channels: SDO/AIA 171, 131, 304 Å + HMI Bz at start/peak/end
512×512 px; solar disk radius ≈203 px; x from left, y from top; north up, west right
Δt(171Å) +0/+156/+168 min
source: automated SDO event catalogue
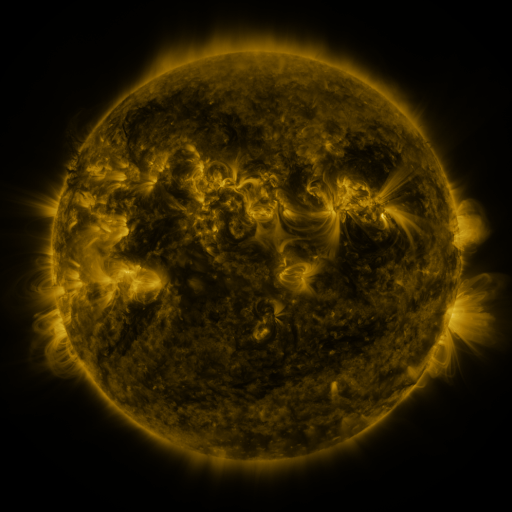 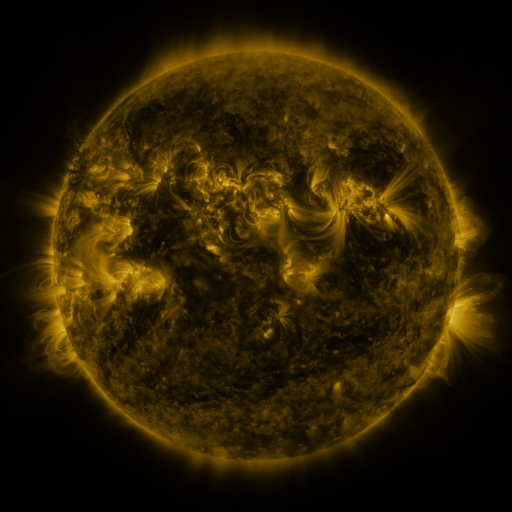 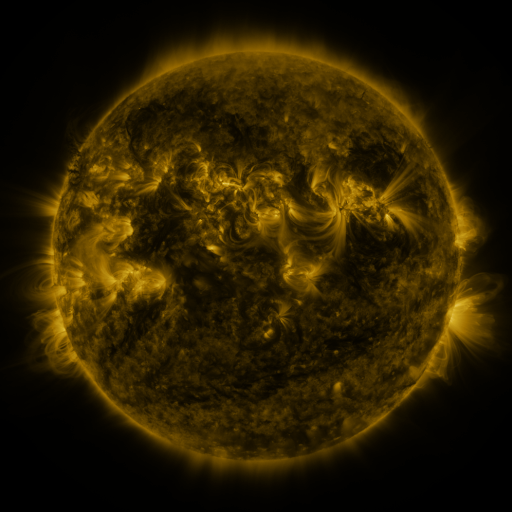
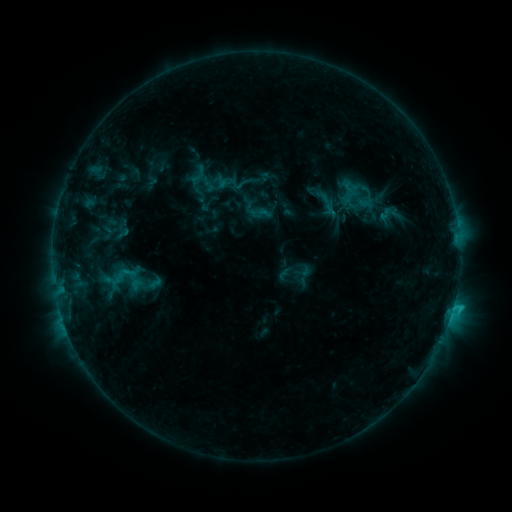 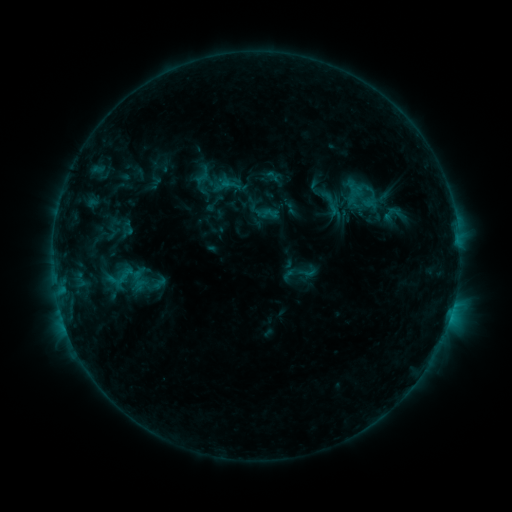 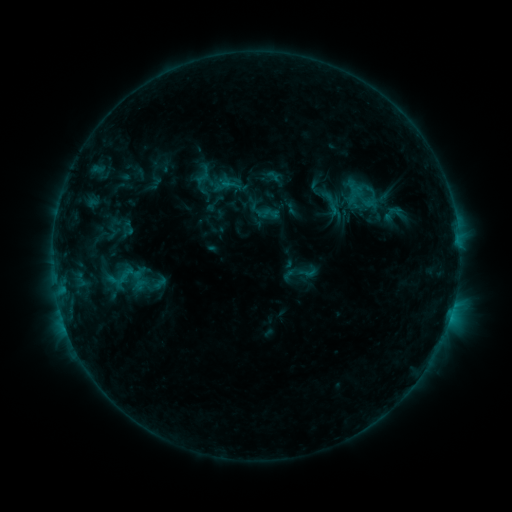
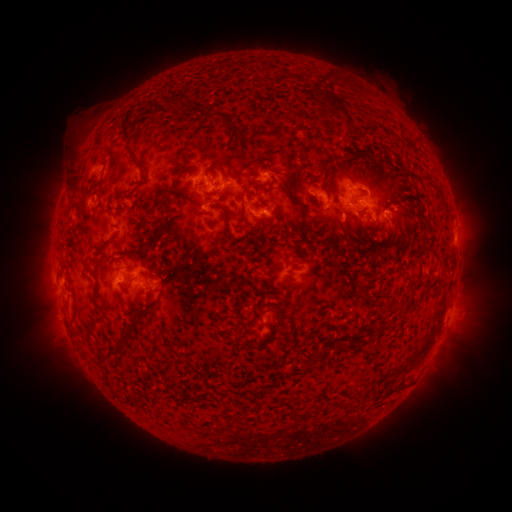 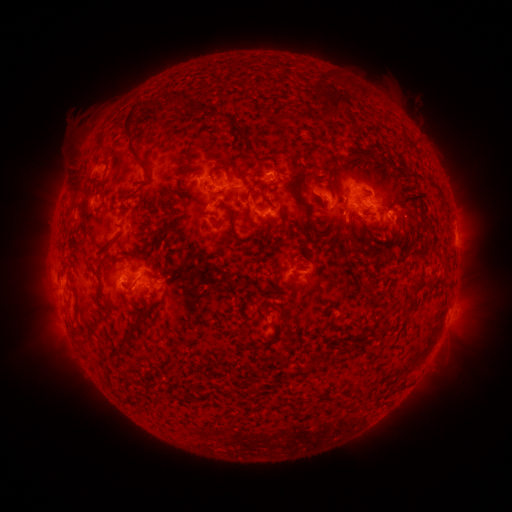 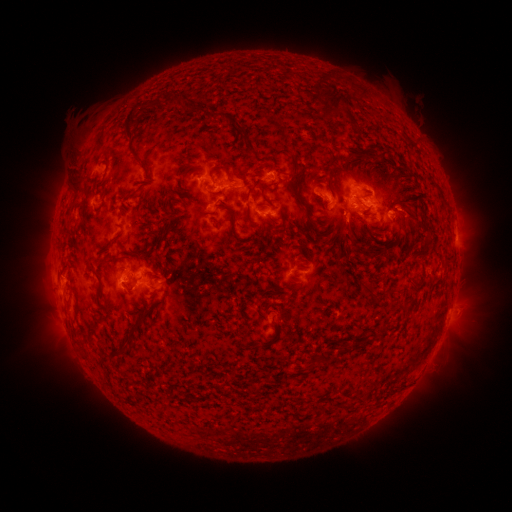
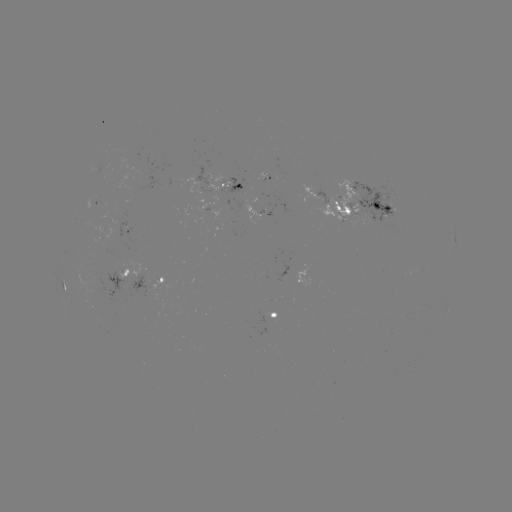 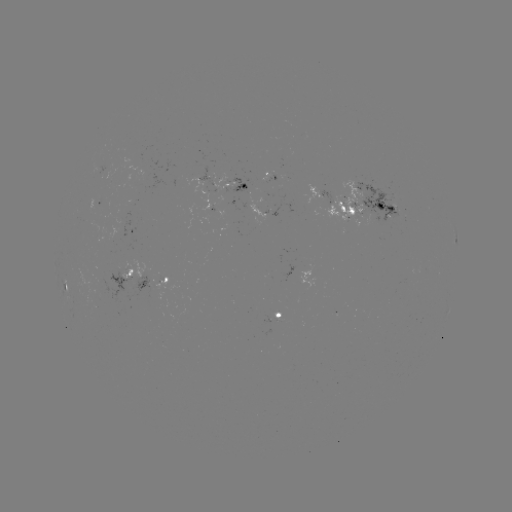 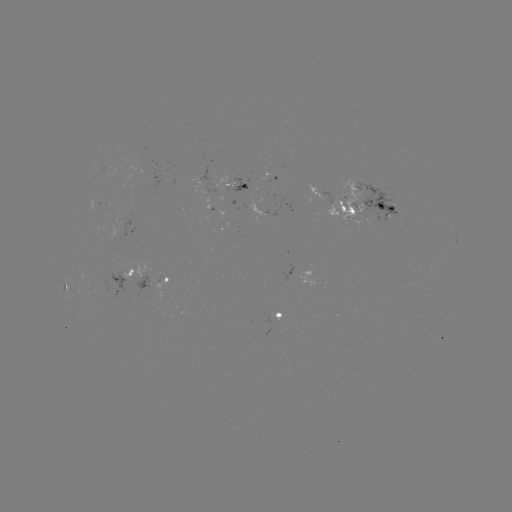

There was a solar emerging-flux region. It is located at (273, 174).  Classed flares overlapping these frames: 1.